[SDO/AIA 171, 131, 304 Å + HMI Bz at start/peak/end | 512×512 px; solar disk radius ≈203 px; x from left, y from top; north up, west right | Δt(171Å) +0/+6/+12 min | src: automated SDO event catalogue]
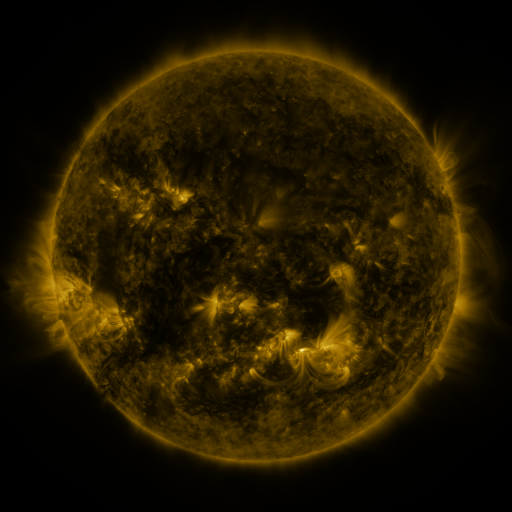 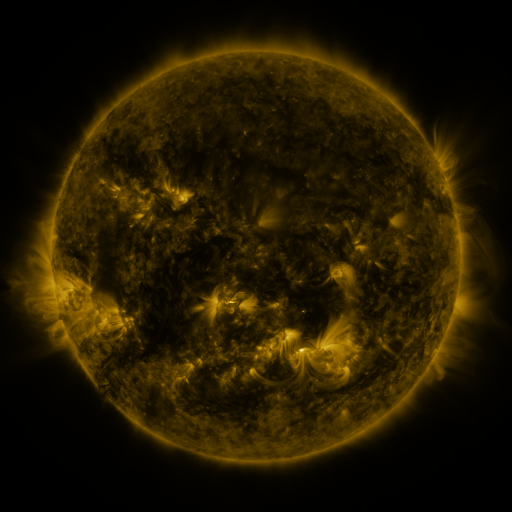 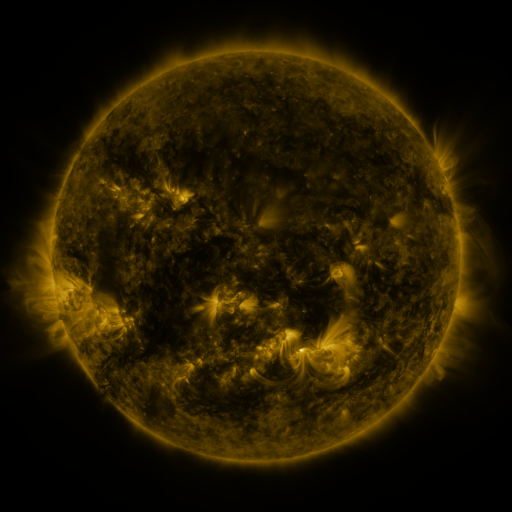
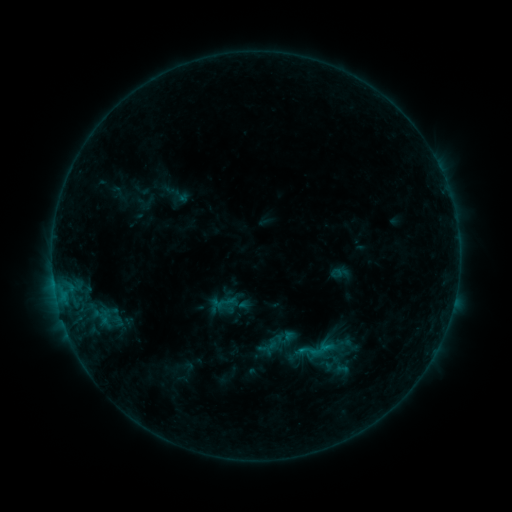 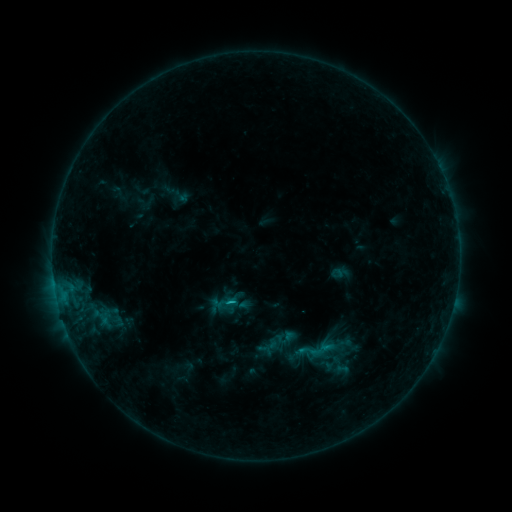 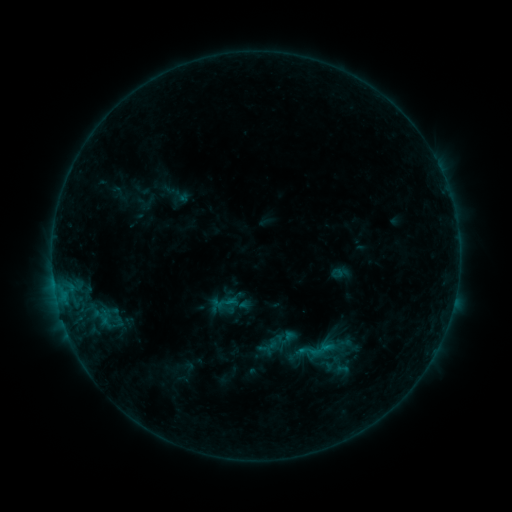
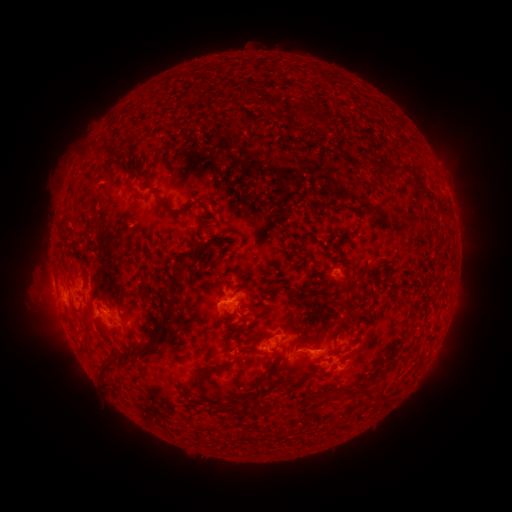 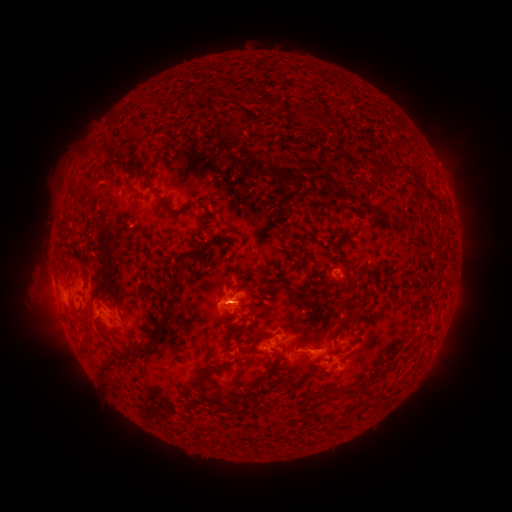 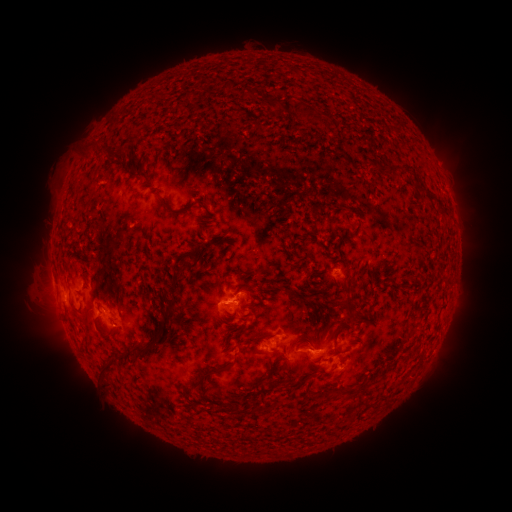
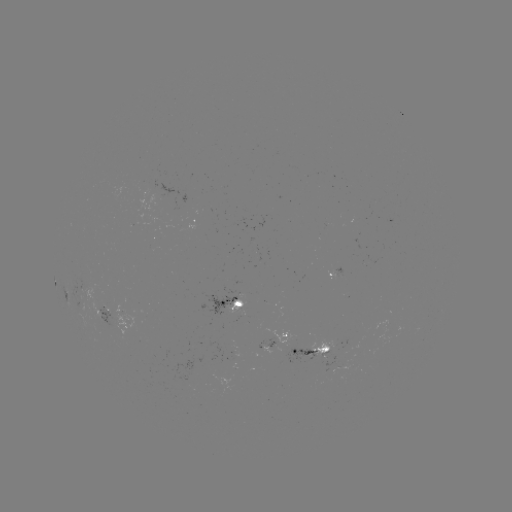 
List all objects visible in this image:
B6.3 flare: (301, 310)
